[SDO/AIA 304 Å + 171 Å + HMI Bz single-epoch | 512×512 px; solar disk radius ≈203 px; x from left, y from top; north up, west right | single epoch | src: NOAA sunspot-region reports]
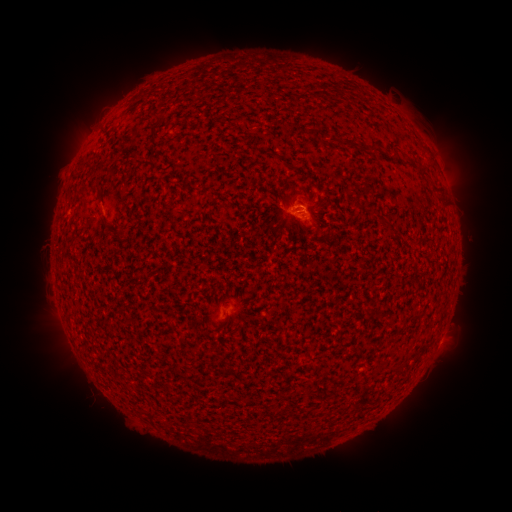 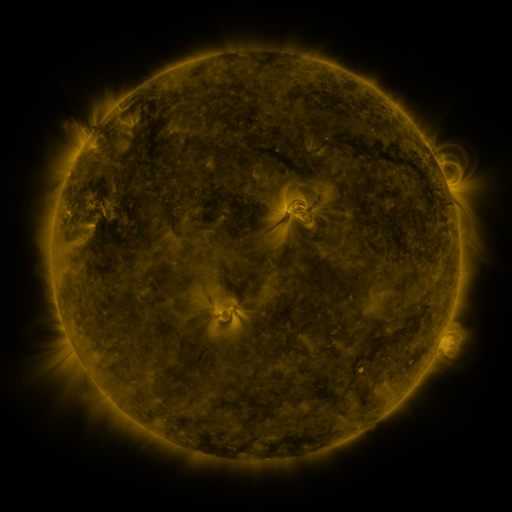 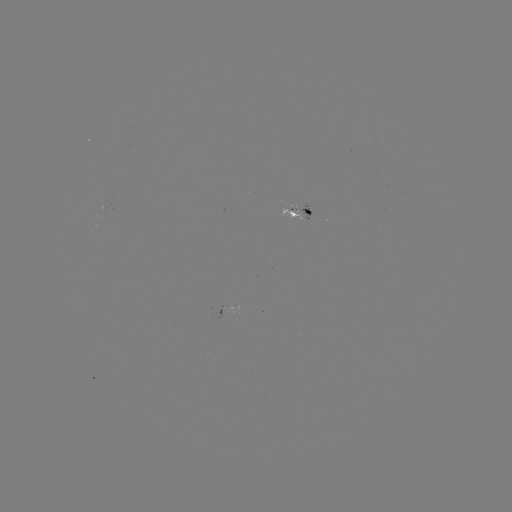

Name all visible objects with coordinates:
spotted active region: (304, 213)
spotted active region: (438, 345)
